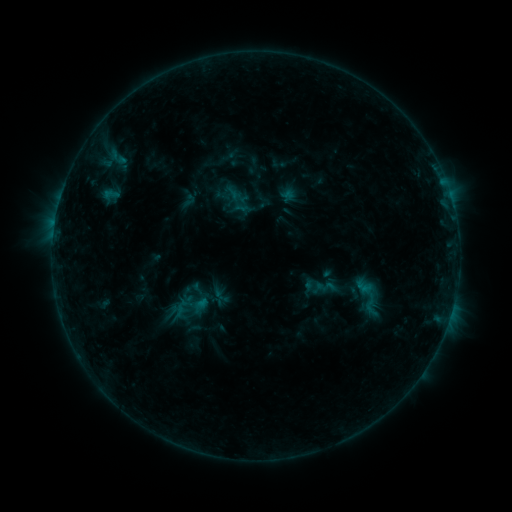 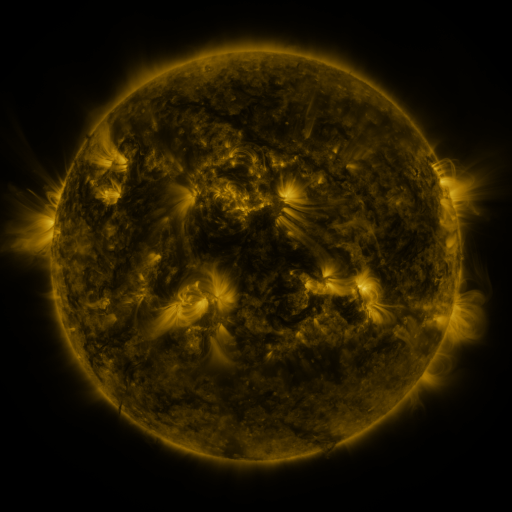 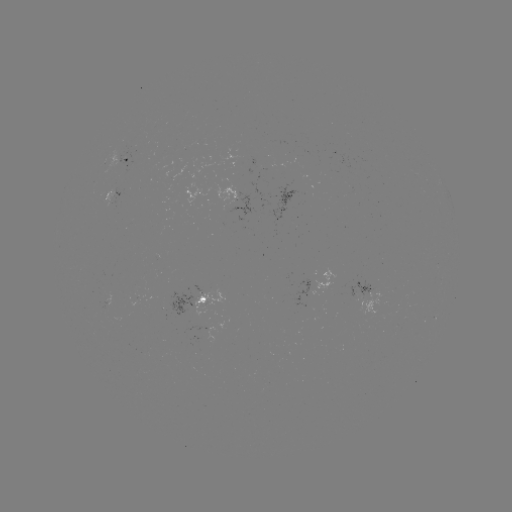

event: sigmoid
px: (369, 298)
